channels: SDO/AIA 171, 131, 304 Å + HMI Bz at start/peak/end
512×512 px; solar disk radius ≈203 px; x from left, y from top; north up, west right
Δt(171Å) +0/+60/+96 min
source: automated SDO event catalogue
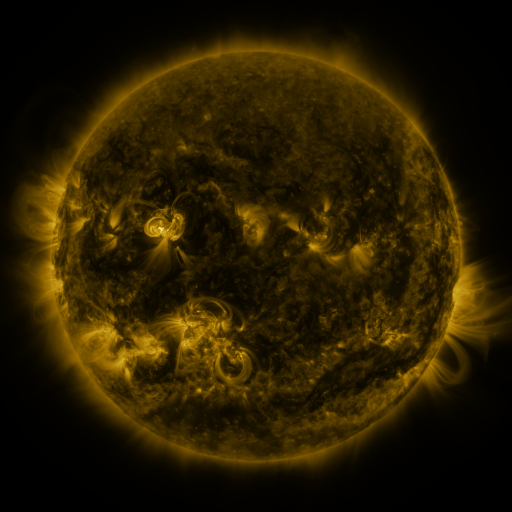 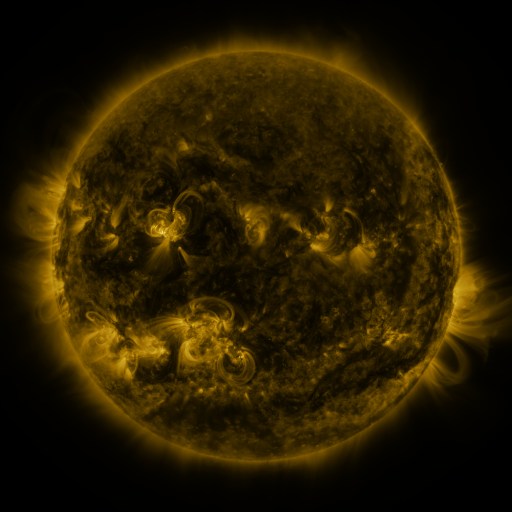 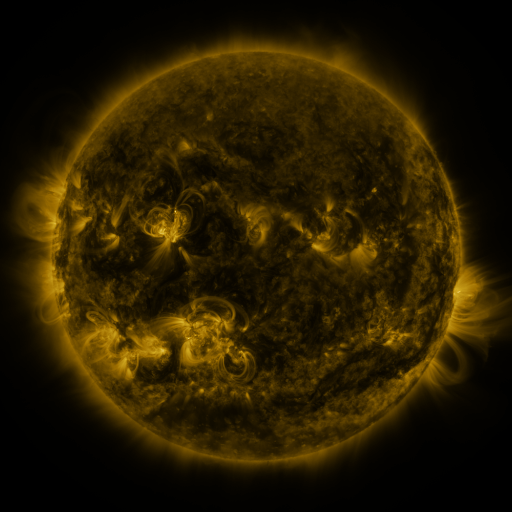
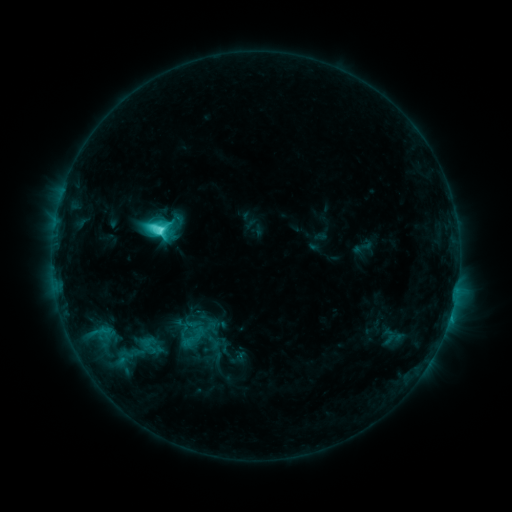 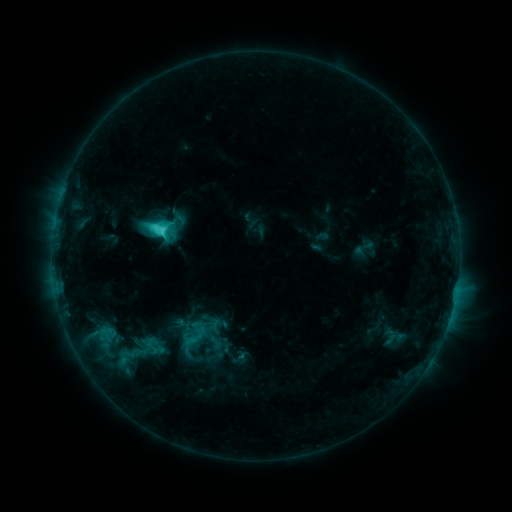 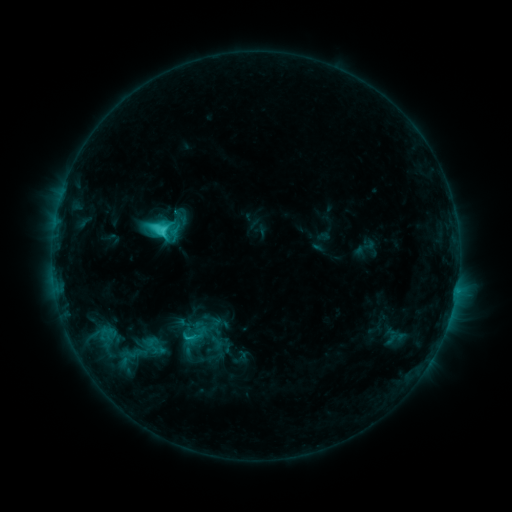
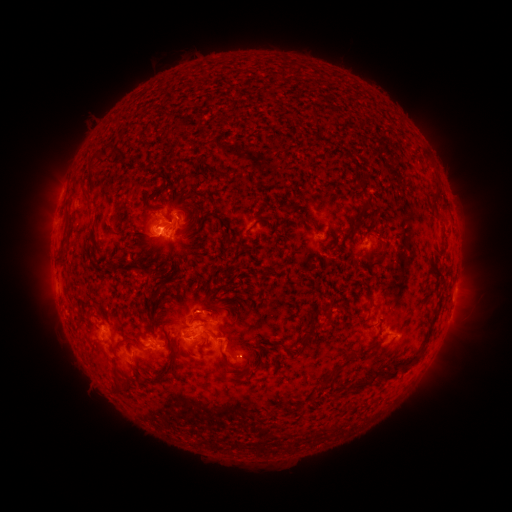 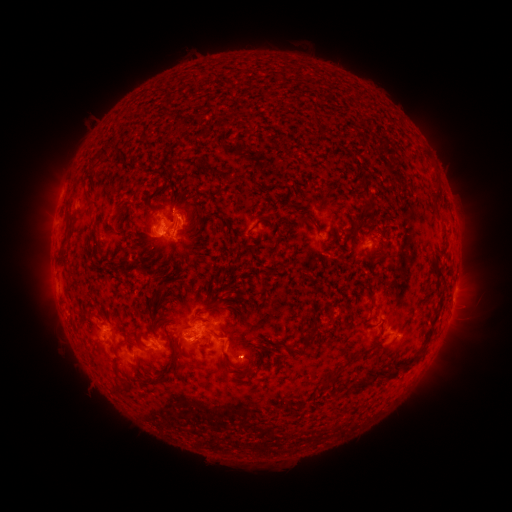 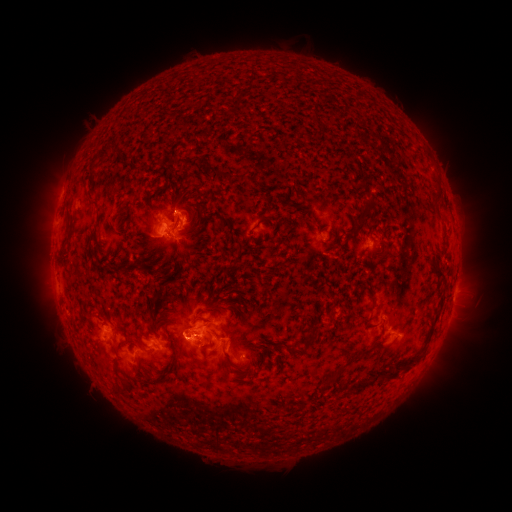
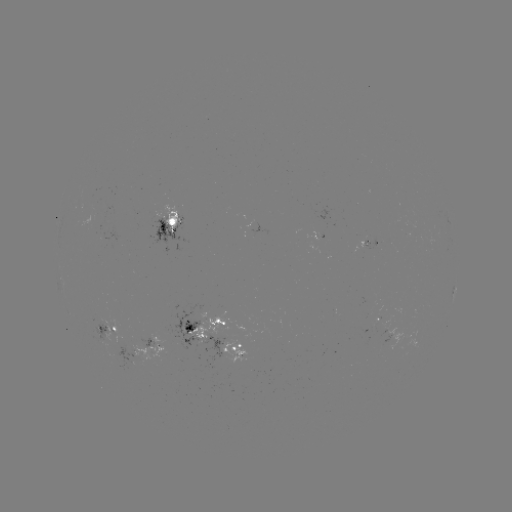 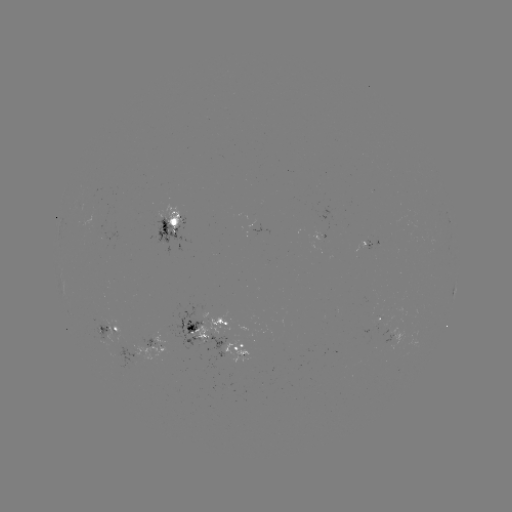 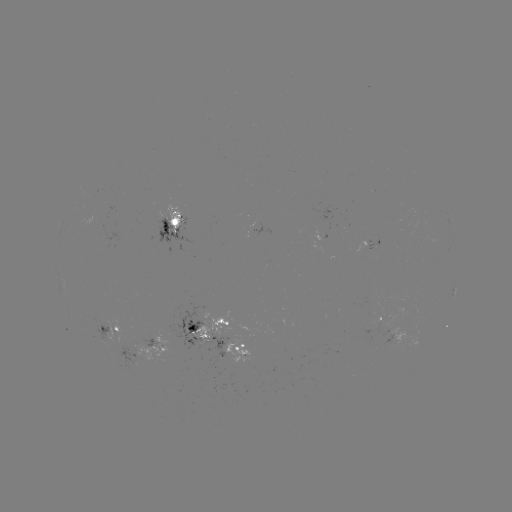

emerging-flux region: <bbox>370, 323, 378, 335</bbox>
